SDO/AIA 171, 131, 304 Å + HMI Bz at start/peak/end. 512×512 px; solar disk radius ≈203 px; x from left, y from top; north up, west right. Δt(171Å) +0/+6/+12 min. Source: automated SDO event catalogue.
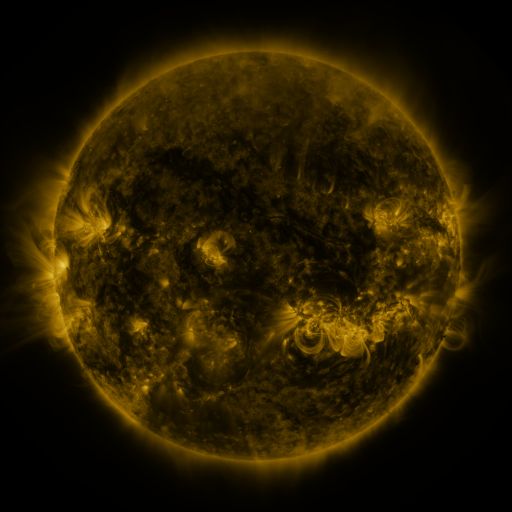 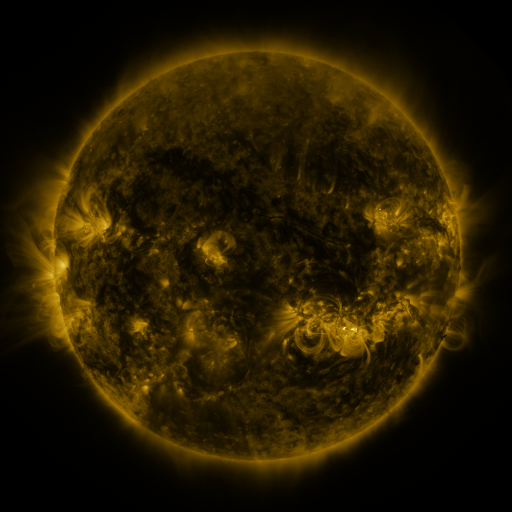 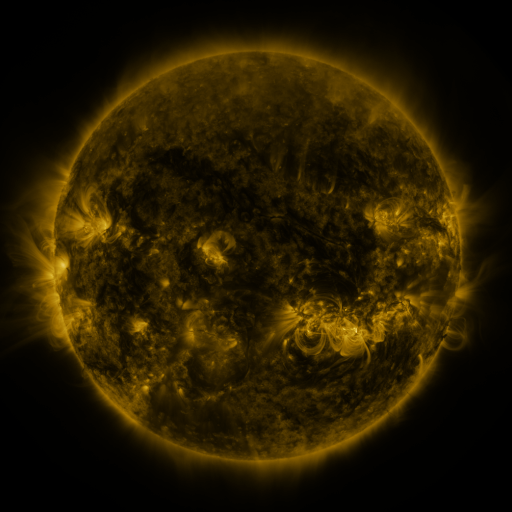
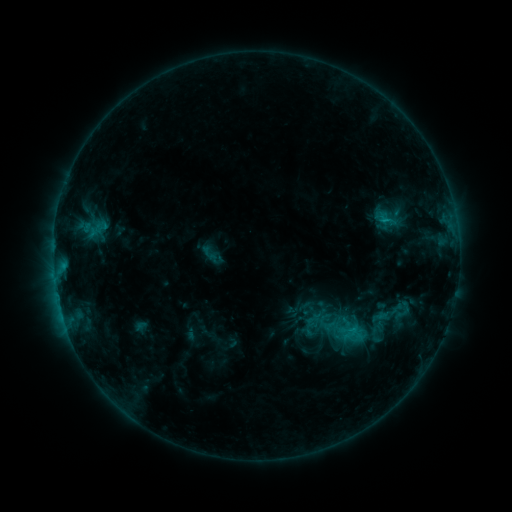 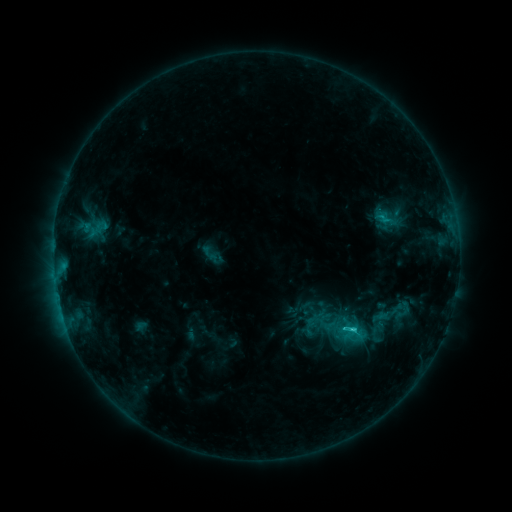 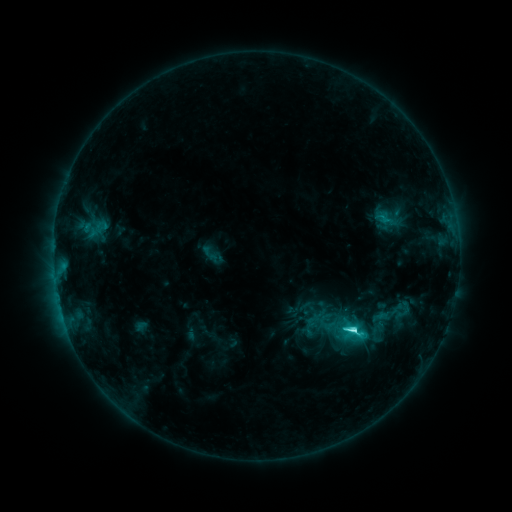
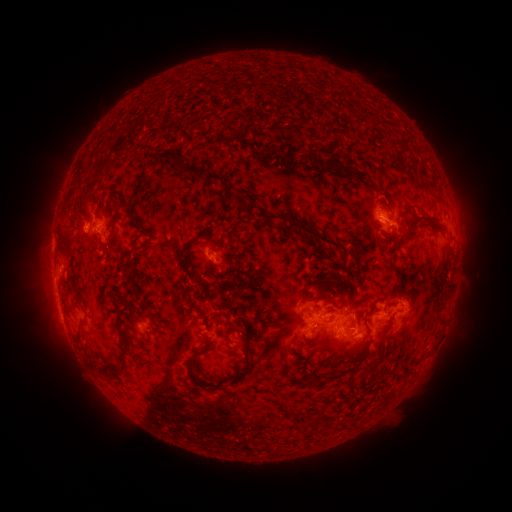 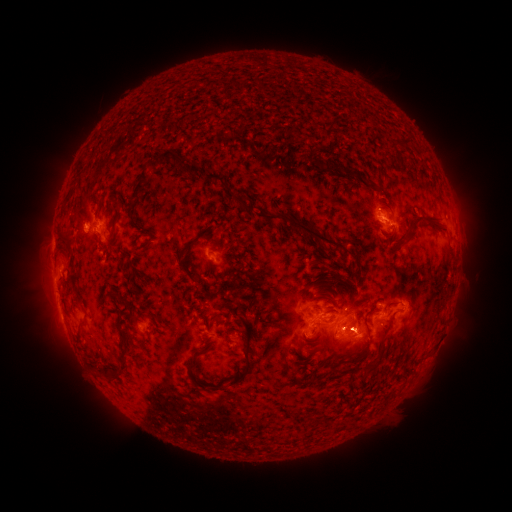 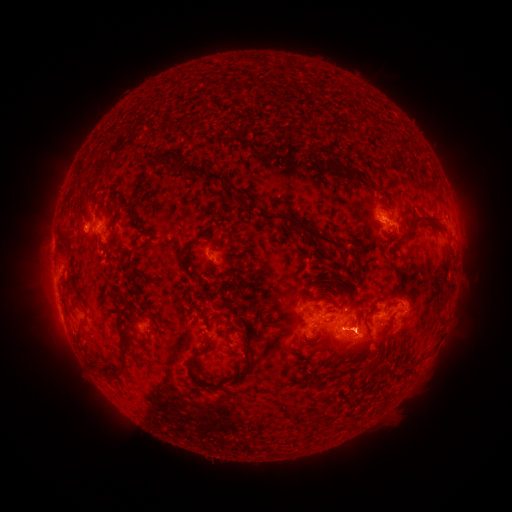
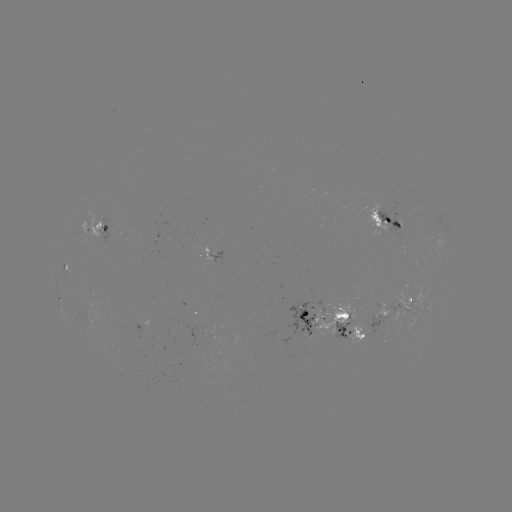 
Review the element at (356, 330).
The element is eruption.